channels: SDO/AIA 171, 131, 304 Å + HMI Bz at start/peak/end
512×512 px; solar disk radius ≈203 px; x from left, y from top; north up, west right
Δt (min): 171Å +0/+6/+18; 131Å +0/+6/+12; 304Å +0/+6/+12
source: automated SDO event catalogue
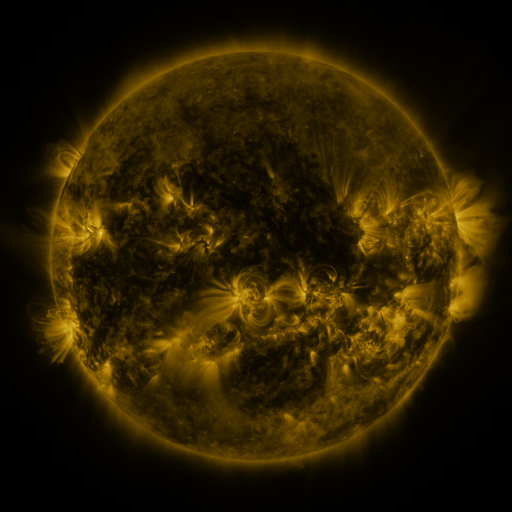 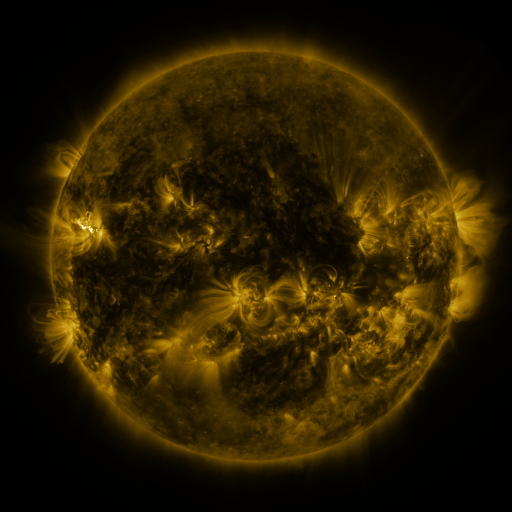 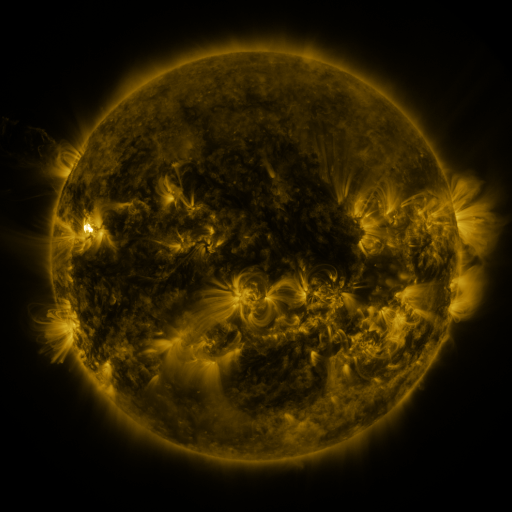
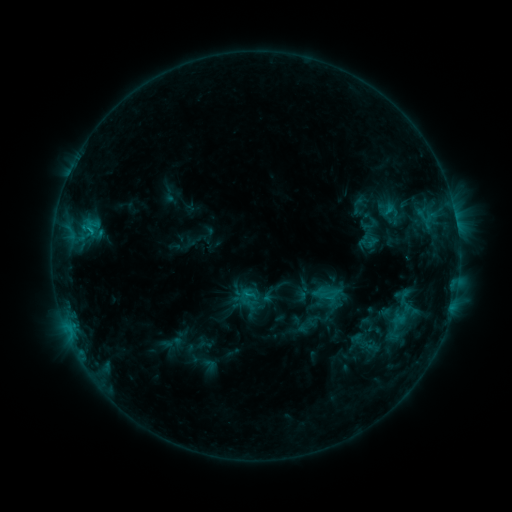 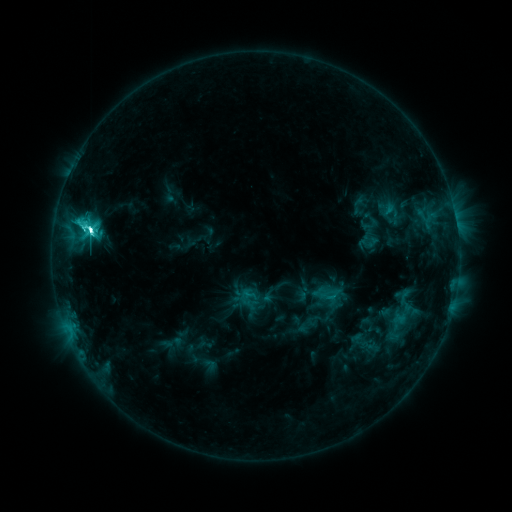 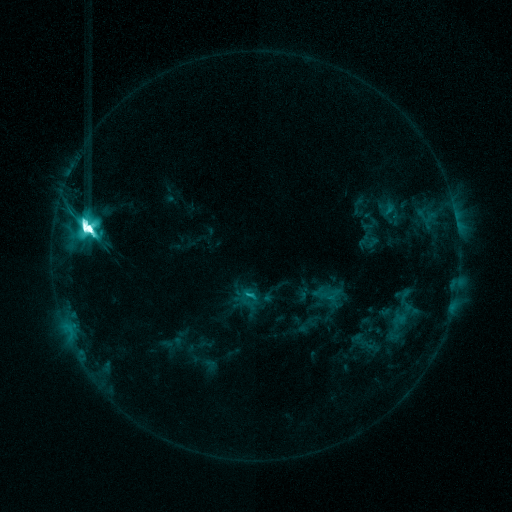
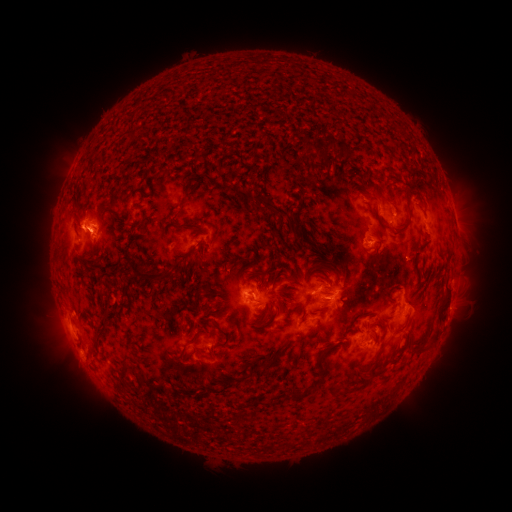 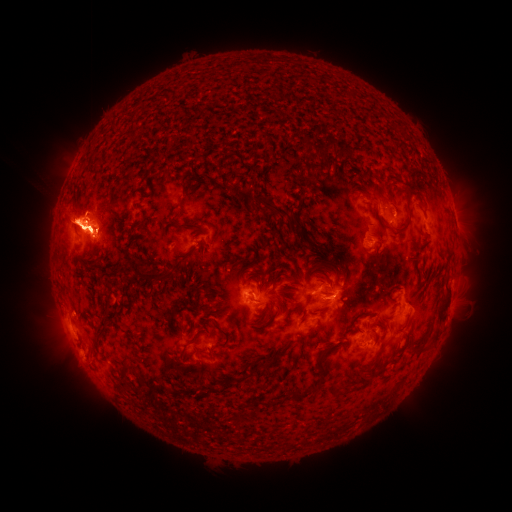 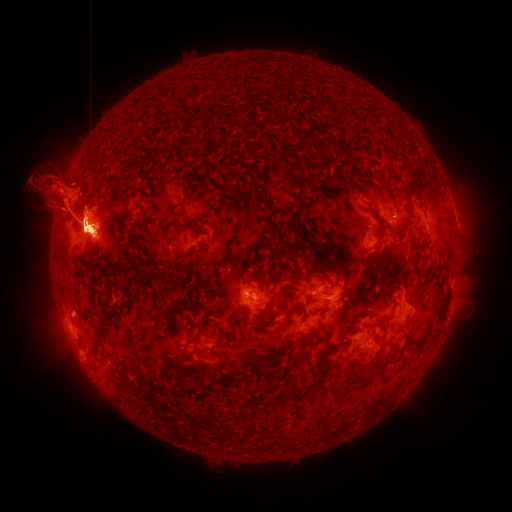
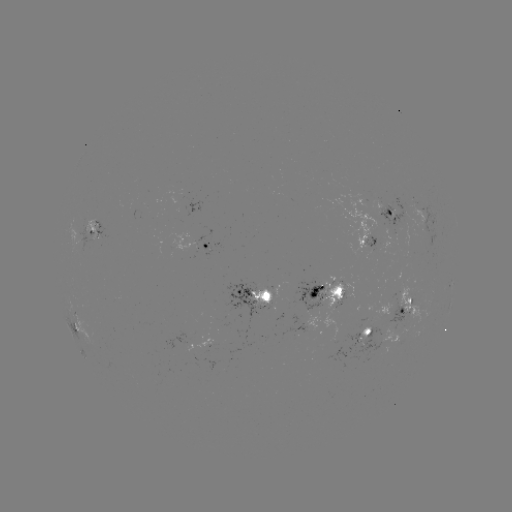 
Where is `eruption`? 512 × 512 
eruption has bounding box [424, 176, 496, 260].